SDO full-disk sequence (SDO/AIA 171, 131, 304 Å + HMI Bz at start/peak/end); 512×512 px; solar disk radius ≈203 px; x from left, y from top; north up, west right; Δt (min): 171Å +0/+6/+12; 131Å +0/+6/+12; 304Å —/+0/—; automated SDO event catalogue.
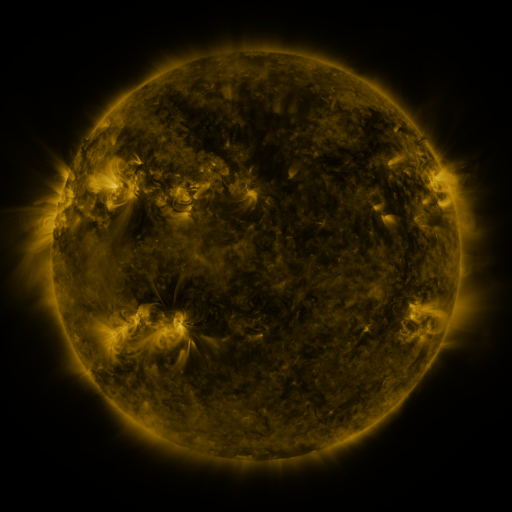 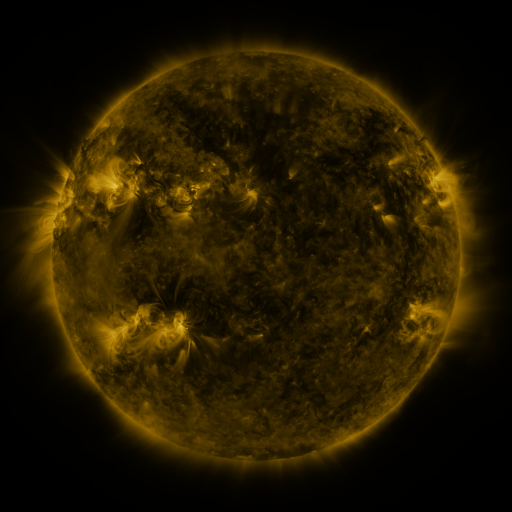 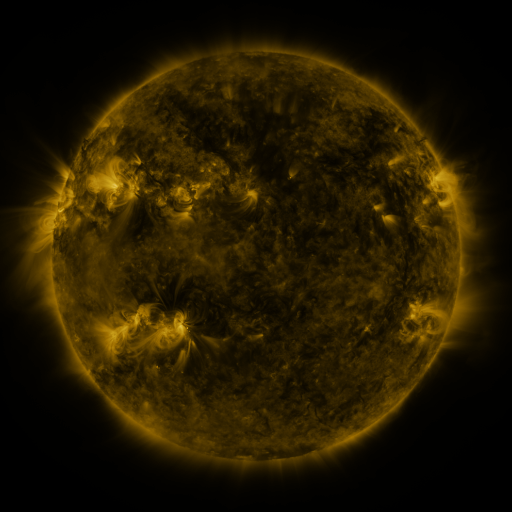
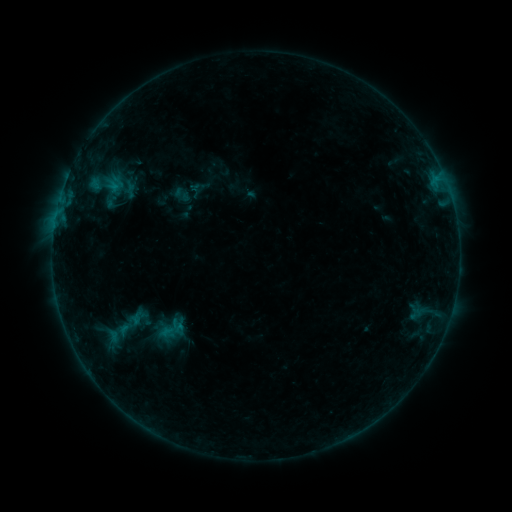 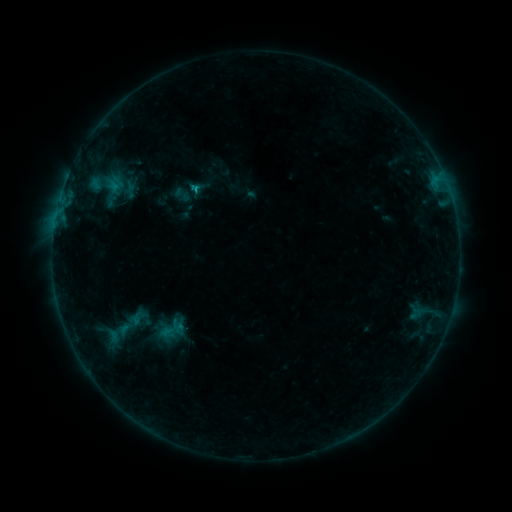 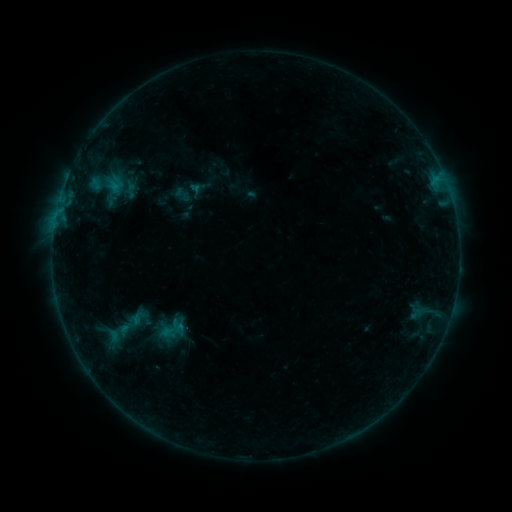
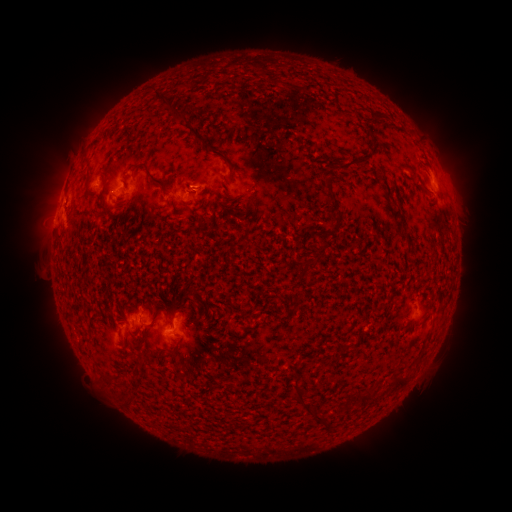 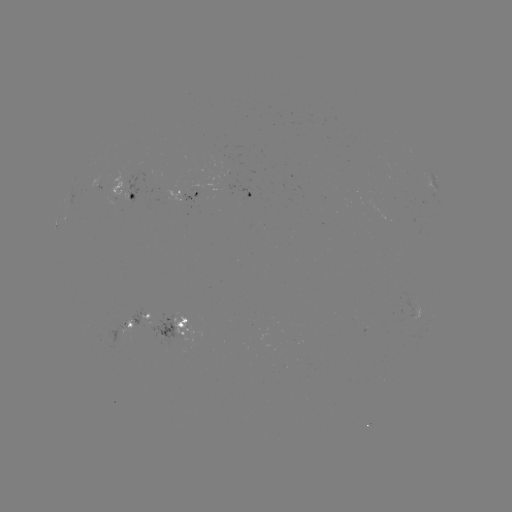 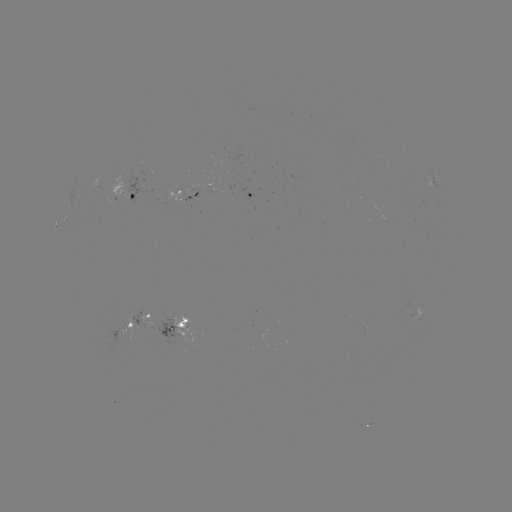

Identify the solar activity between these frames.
B7.3 flare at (196, 190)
